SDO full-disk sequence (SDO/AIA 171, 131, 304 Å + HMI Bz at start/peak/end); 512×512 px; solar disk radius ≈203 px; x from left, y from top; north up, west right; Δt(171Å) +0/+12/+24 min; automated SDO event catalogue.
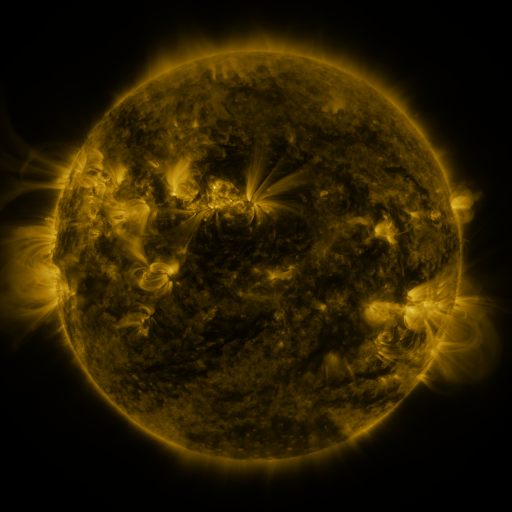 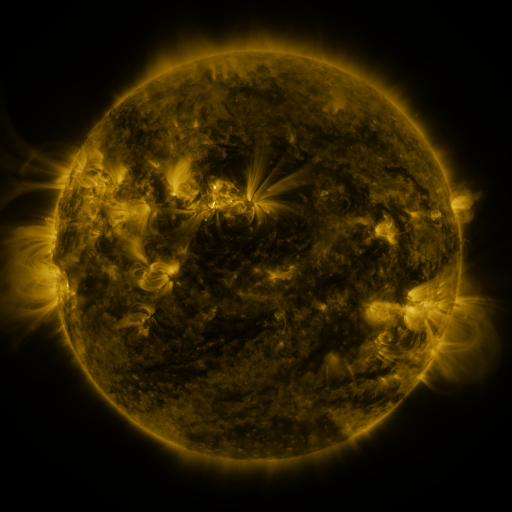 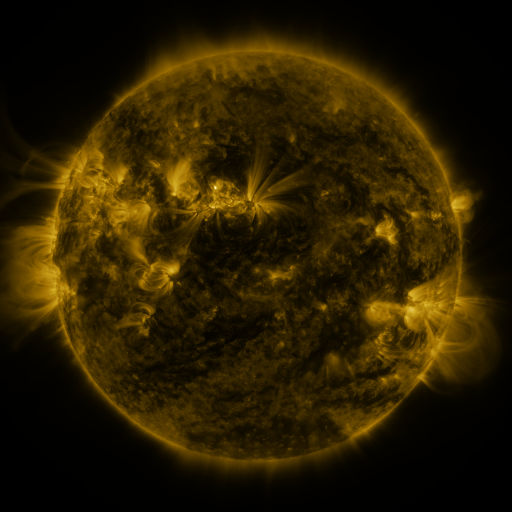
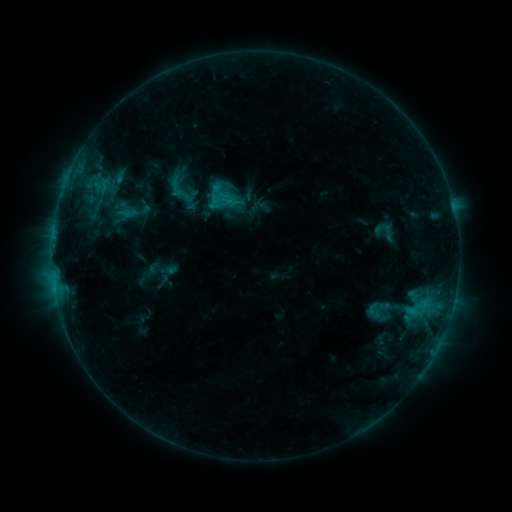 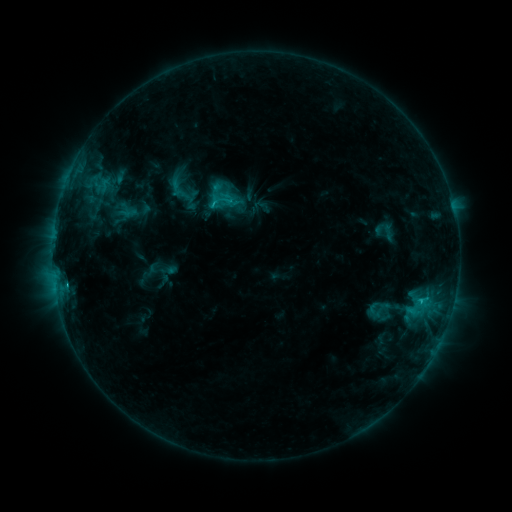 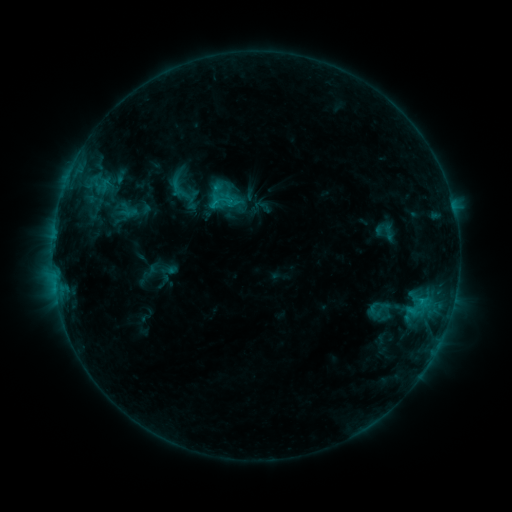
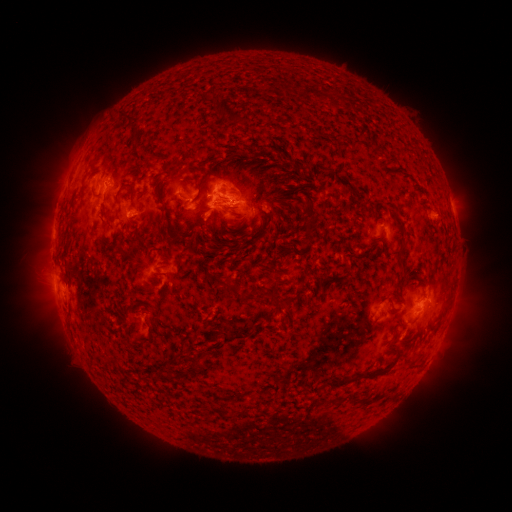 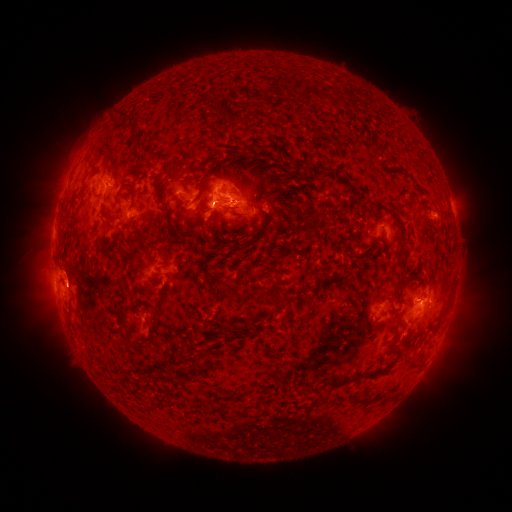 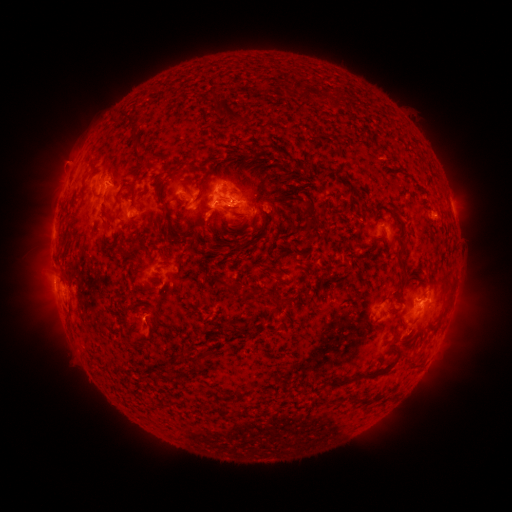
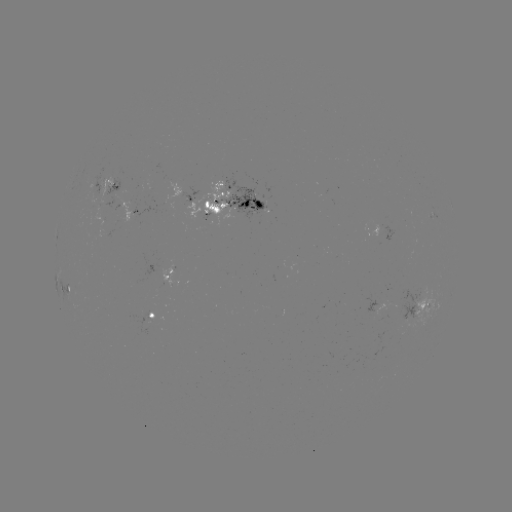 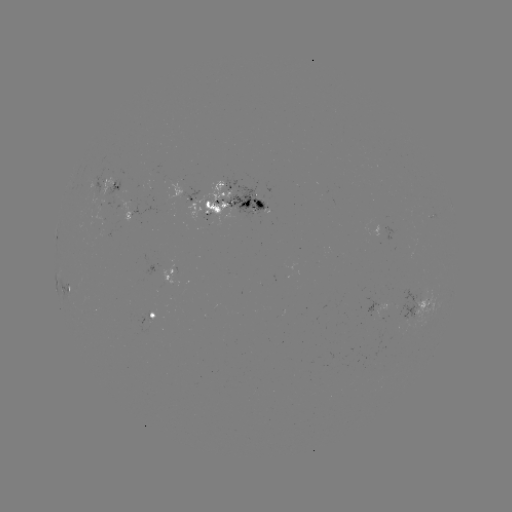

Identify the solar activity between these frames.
C1.2 flare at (419, 299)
